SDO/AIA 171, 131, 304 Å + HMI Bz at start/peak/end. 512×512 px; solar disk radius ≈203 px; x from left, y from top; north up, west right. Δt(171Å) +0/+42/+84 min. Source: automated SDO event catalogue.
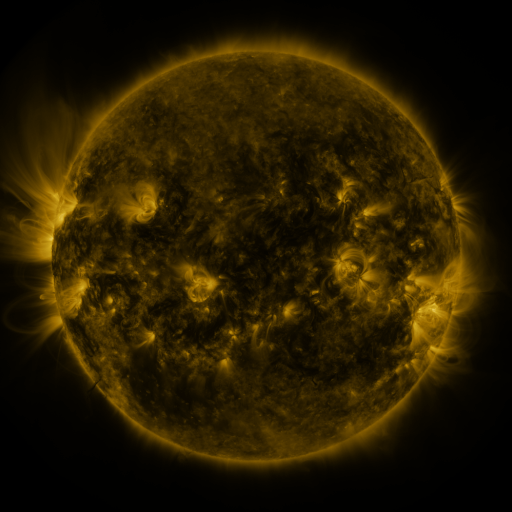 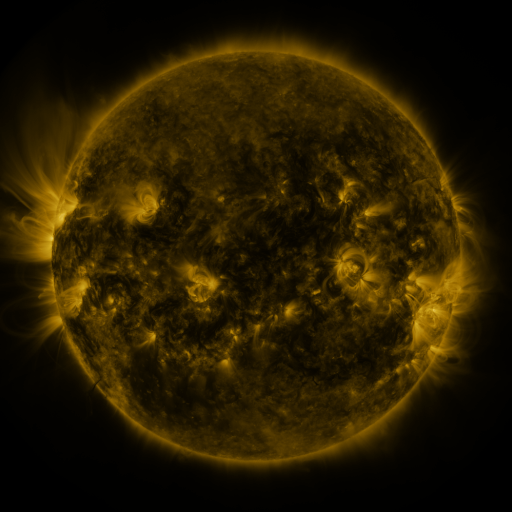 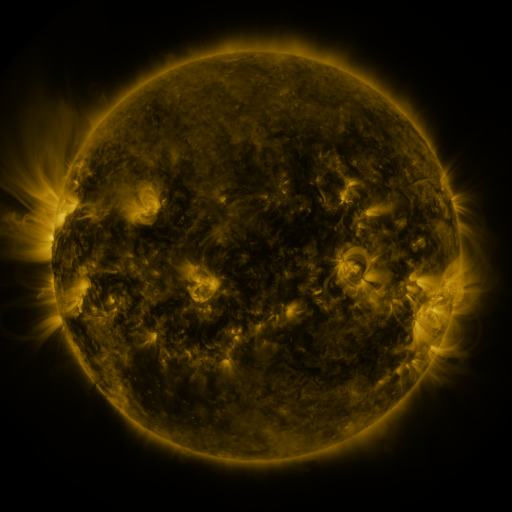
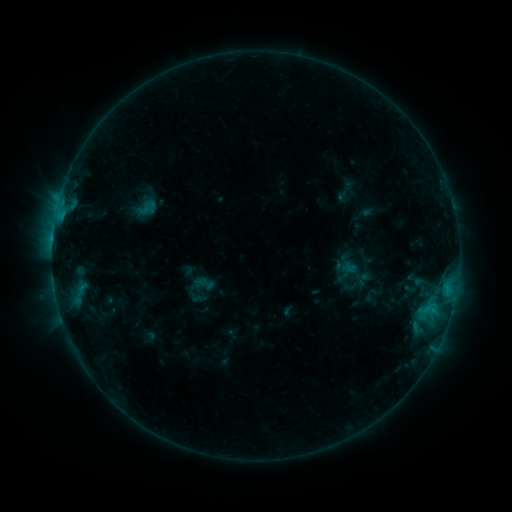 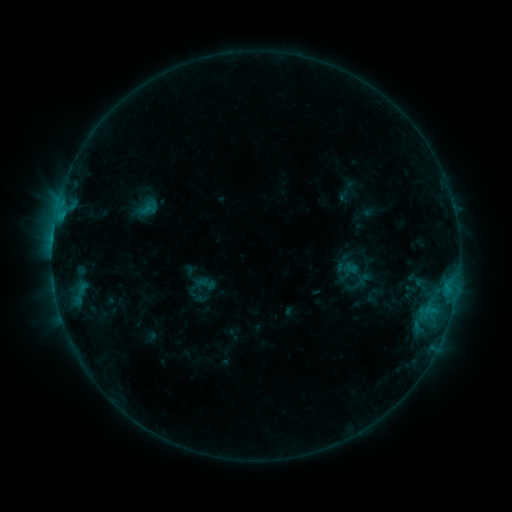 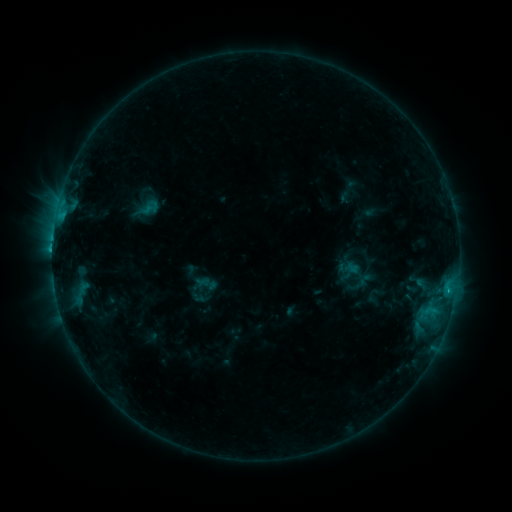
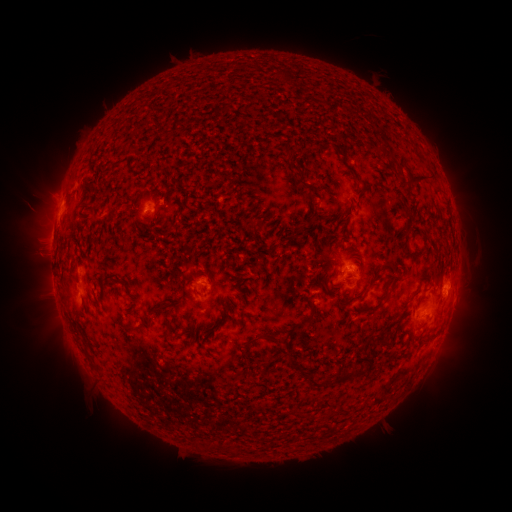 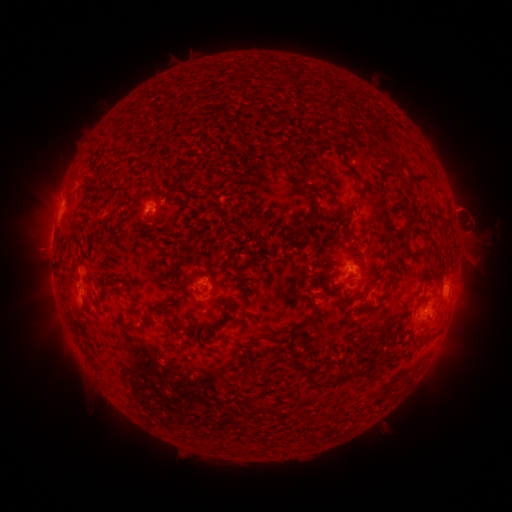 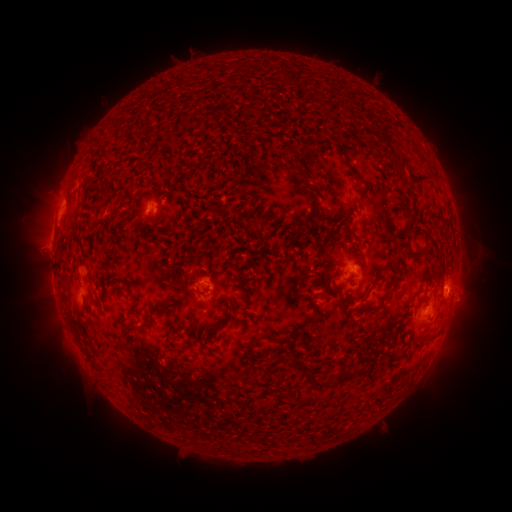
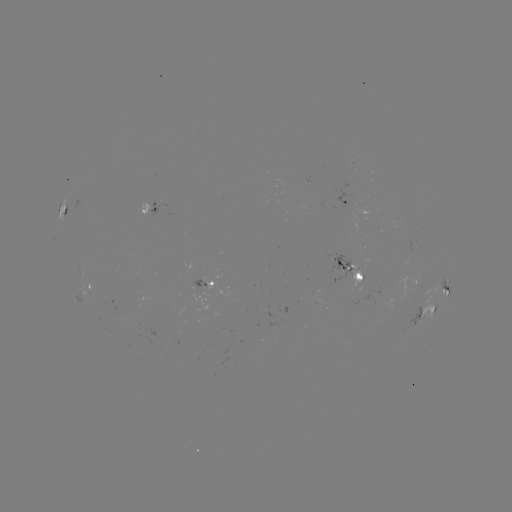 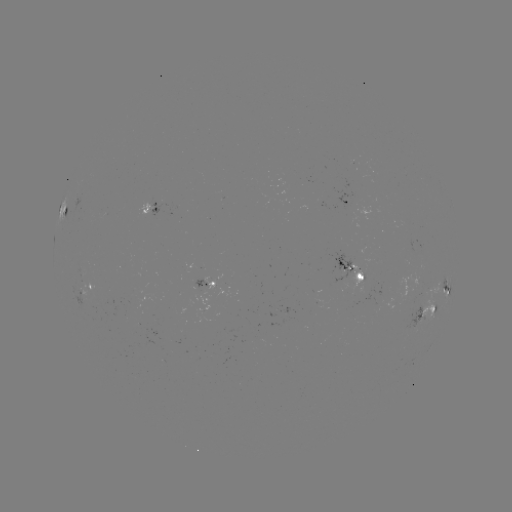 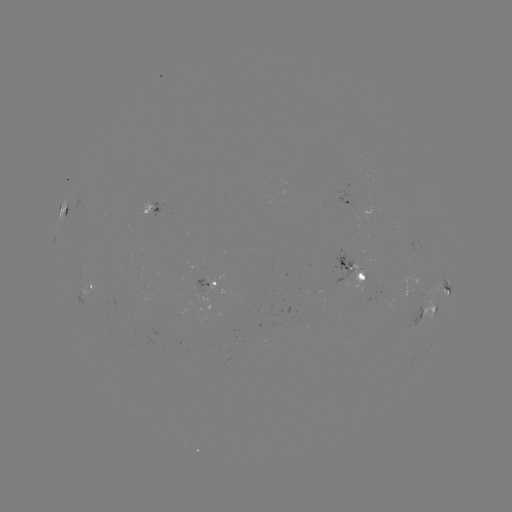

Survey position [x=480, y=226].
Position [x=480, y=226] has filament eruption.